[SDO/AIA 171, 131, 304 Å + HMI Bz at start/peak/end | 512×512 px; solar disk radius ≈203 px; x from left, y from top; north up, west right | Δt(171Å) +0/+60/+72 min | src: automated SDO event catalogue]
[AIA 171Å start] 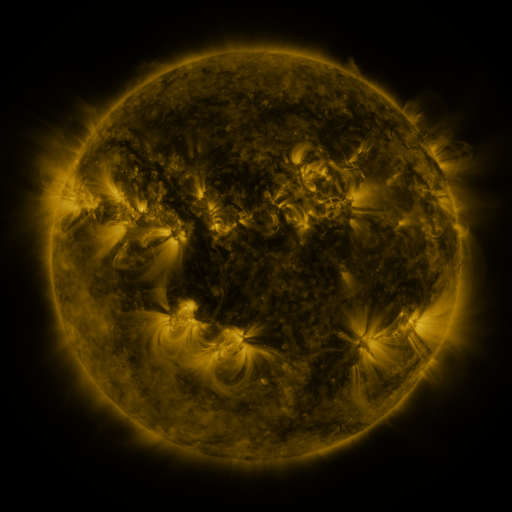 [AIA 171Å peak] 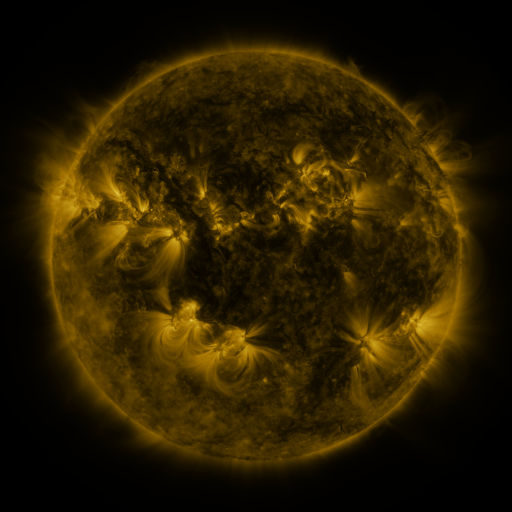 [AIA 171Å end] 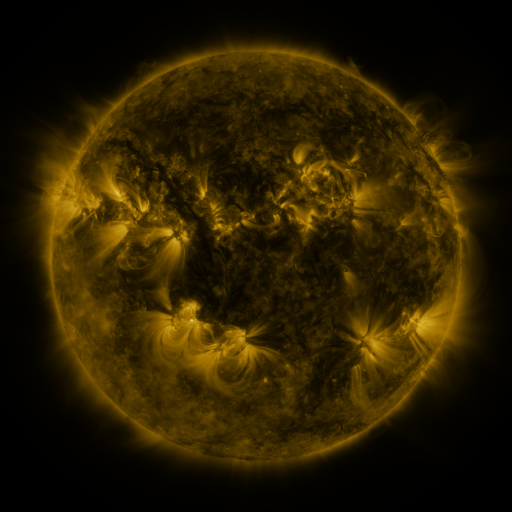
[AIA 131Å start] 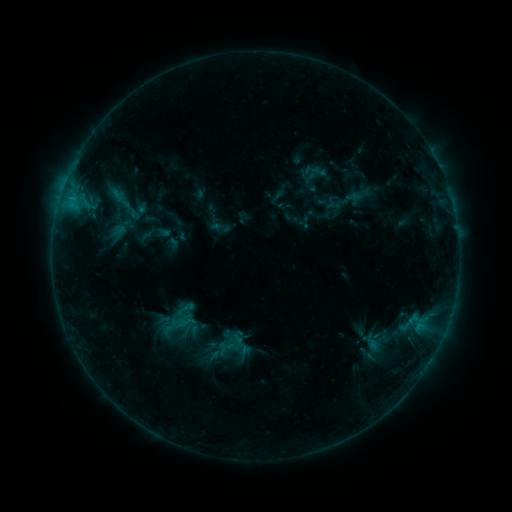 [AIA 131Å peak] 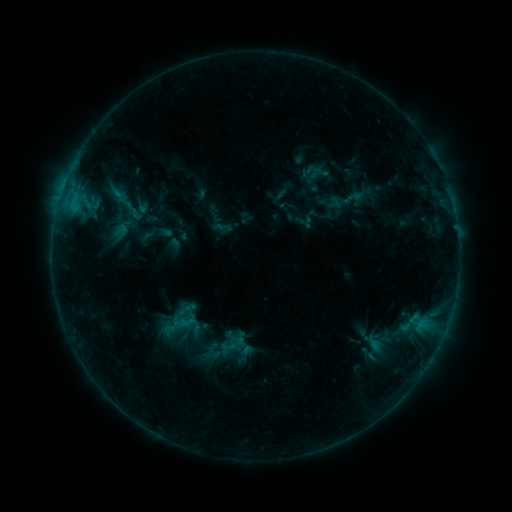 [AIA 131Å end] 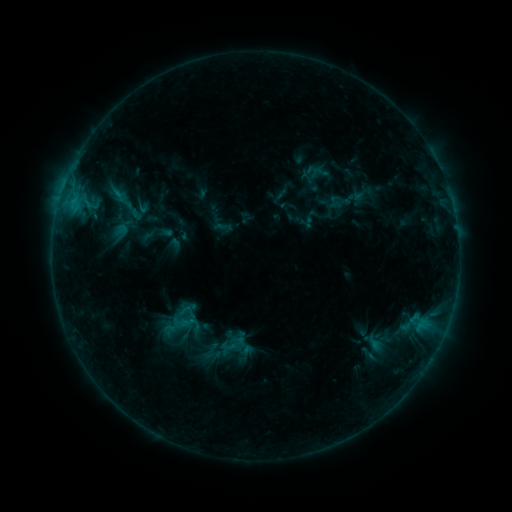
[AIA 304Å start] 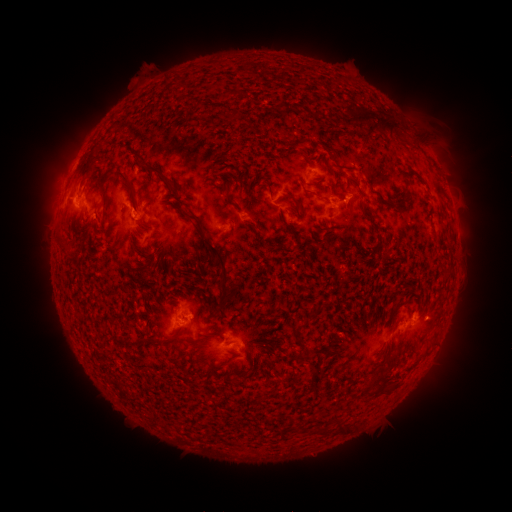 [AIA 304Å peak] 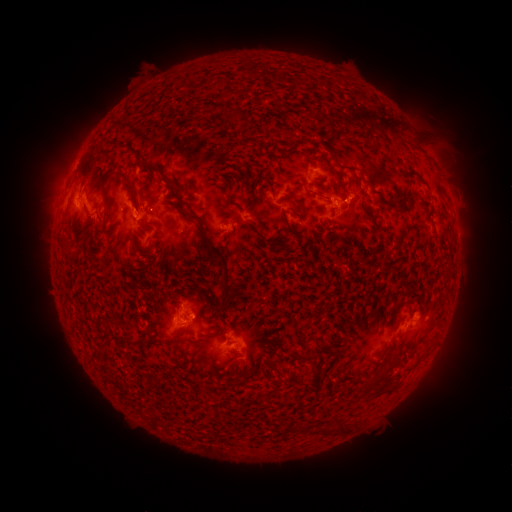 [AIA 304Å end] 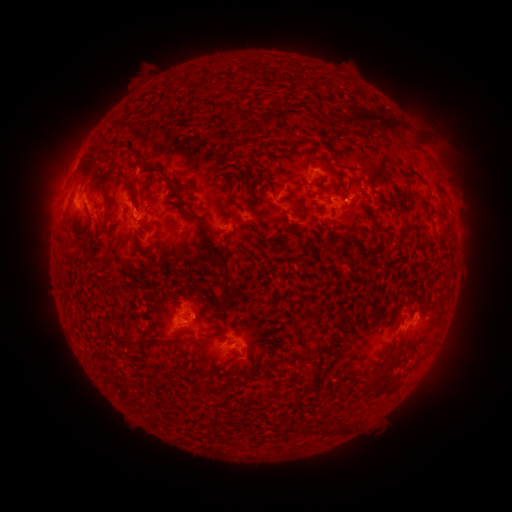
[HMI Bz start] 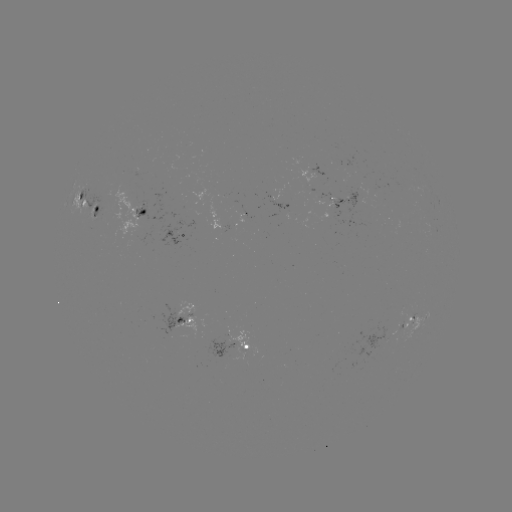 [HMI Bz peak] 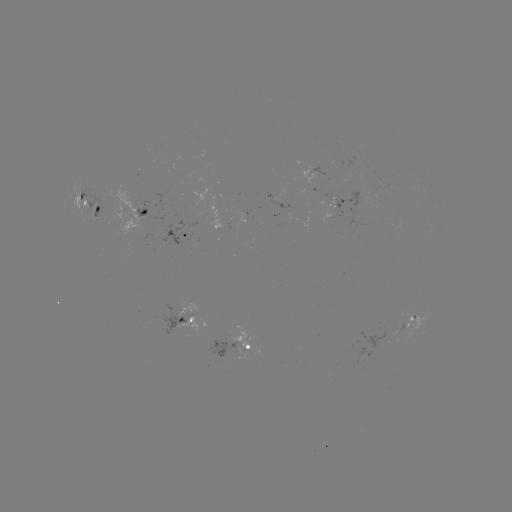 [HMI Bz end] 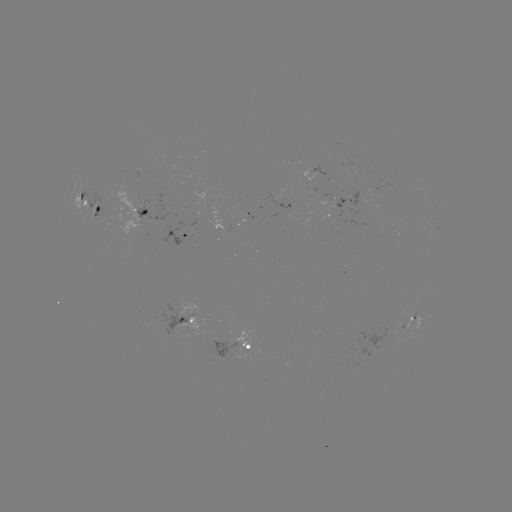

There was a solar emerging-flux region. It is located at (226, 228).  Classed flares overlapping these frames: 1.